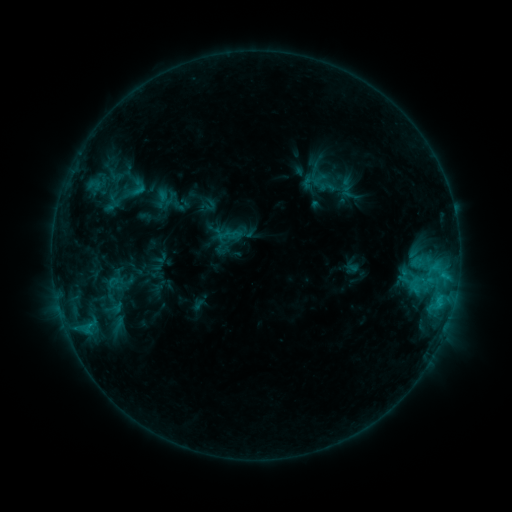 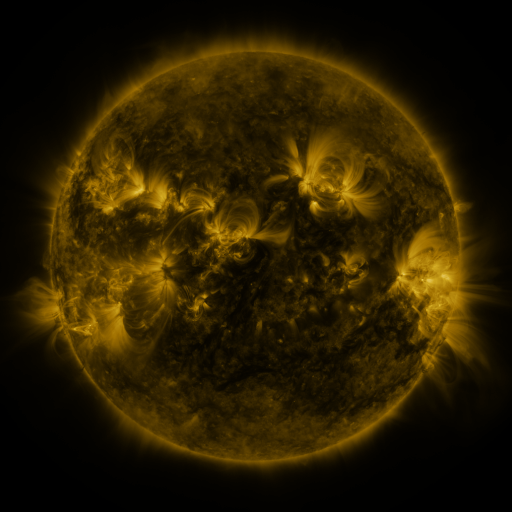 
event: sigmoid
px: (134, 189)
